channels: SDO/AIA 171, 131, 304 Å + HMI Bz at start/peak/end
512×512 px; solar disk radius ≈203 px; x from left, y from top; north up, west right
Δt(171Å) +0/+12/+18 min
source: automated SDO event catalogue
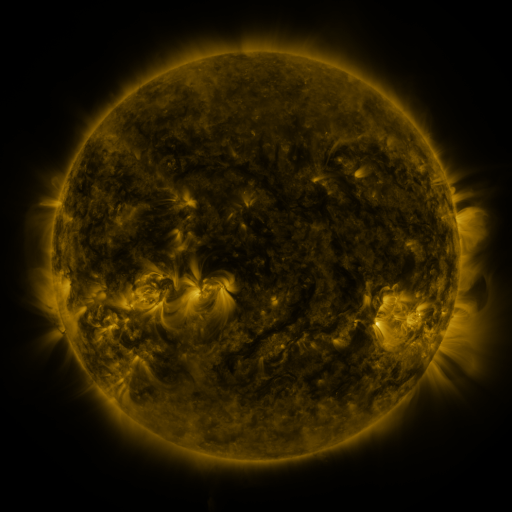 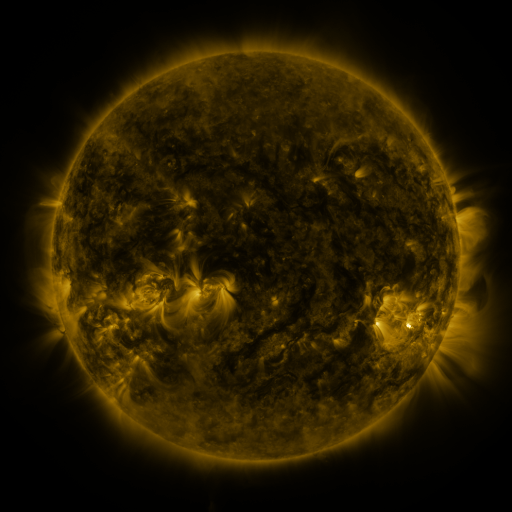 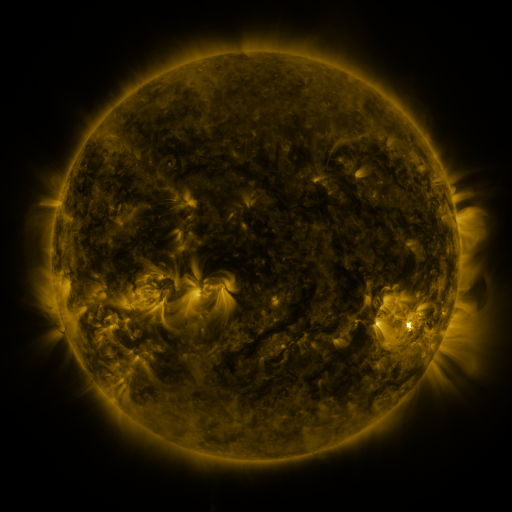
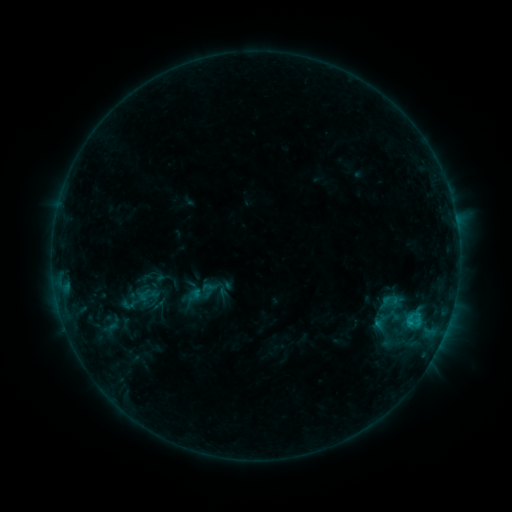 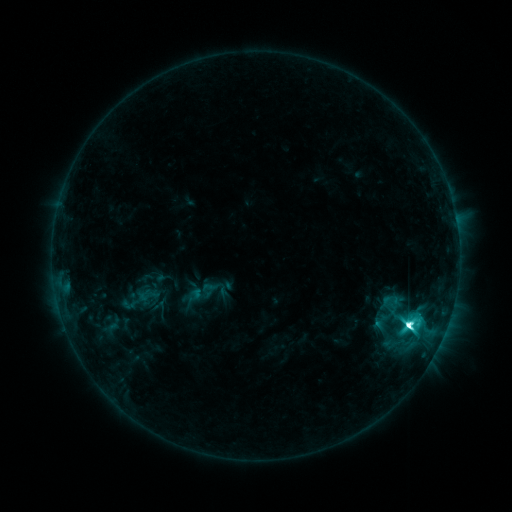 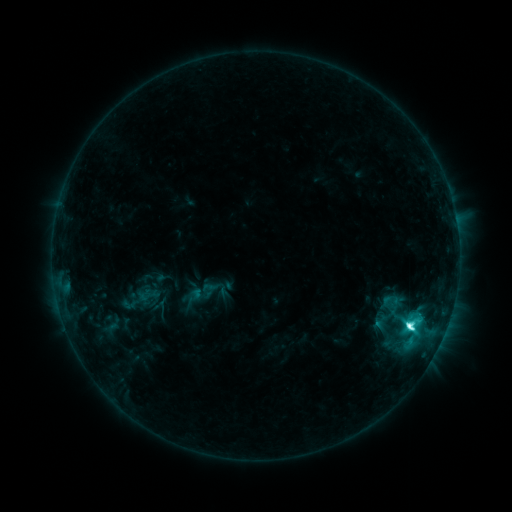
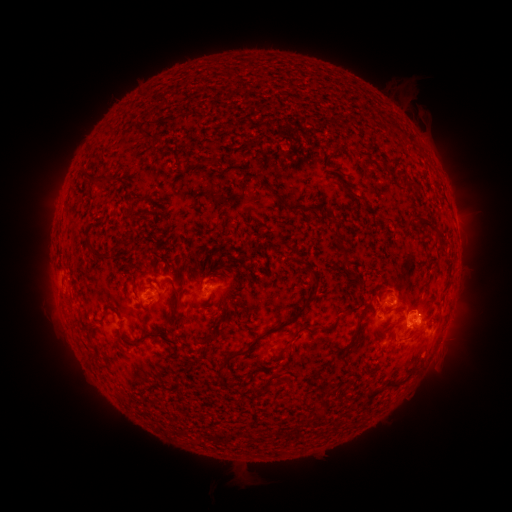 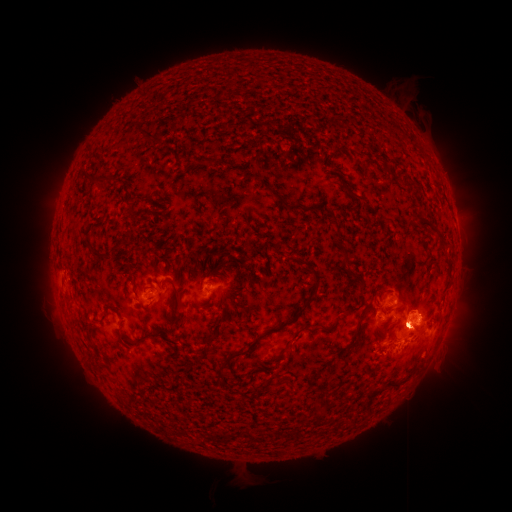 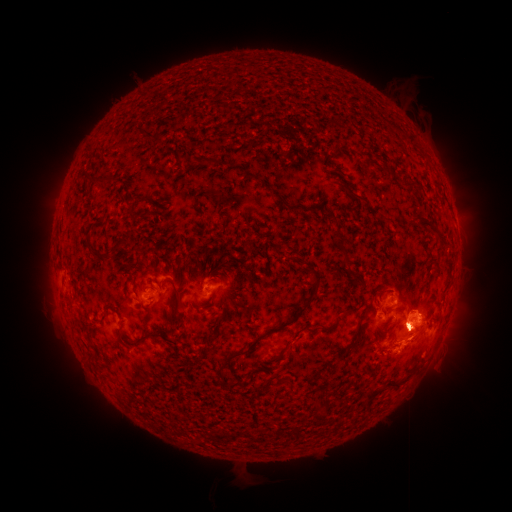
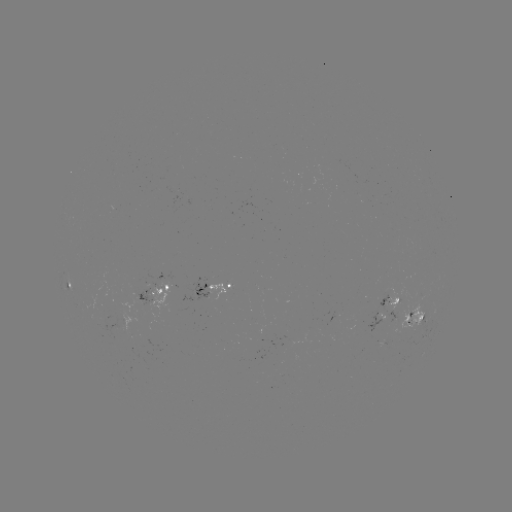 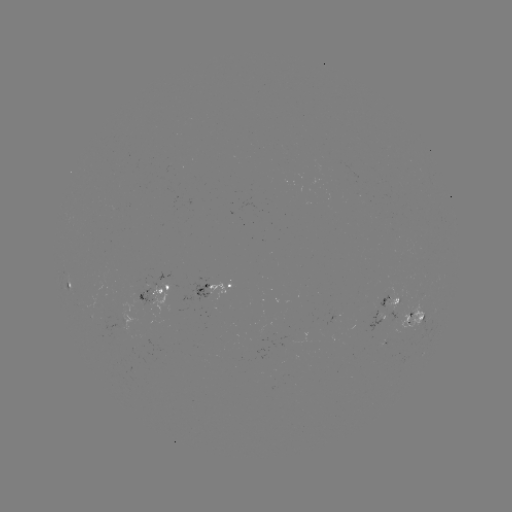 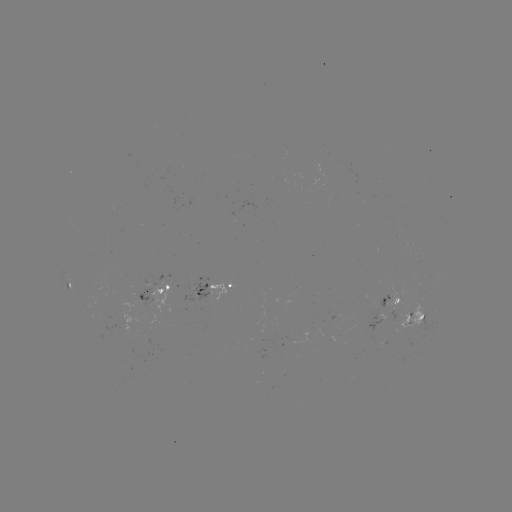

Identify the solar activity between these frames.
M1.3 flare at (408, 322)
